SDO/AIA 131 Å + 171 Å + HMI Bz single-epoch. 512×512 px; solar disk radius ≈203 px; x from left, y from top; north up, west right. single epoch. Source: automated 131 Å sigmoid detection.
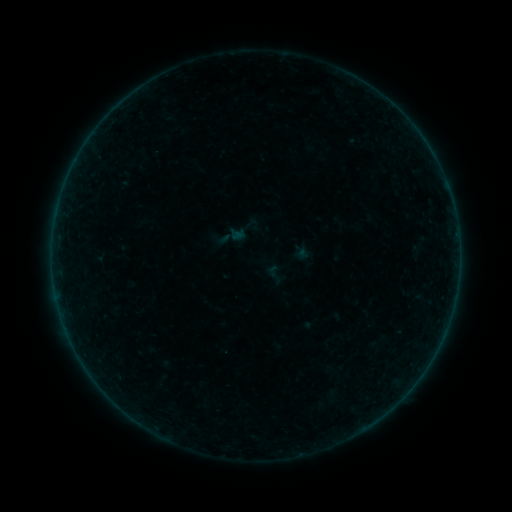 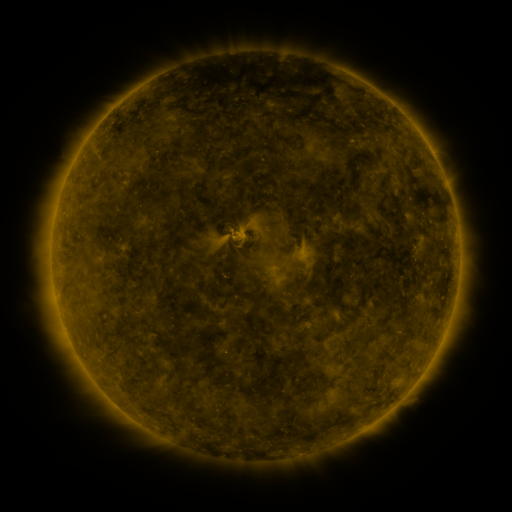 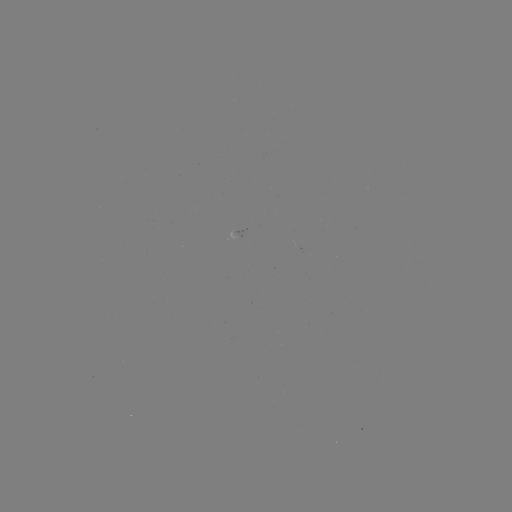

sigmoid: <bbox>263, 262, 287, 286</bbox>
